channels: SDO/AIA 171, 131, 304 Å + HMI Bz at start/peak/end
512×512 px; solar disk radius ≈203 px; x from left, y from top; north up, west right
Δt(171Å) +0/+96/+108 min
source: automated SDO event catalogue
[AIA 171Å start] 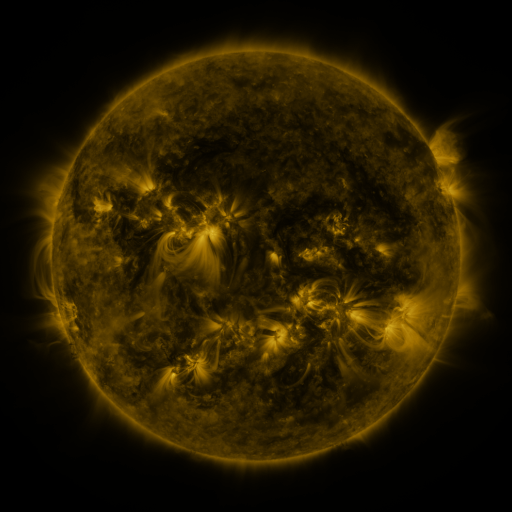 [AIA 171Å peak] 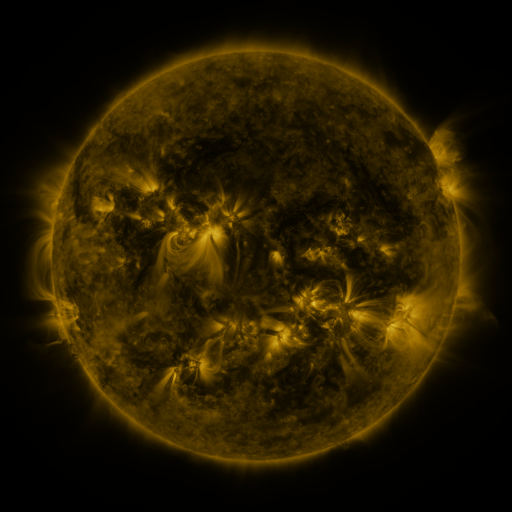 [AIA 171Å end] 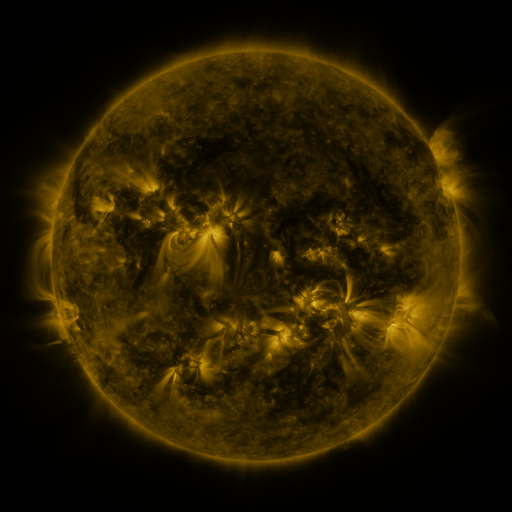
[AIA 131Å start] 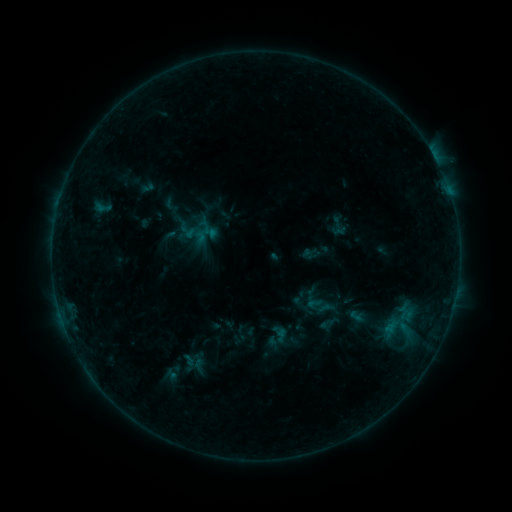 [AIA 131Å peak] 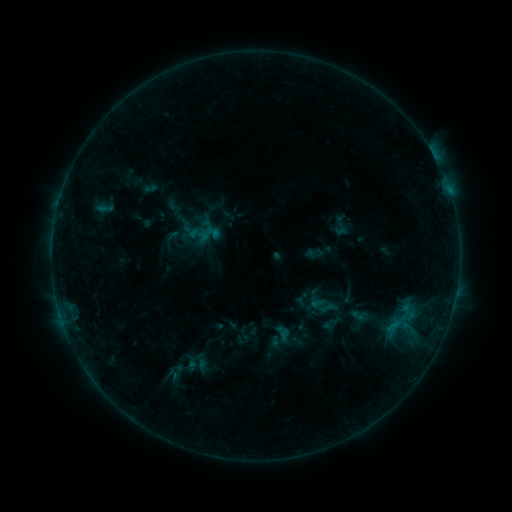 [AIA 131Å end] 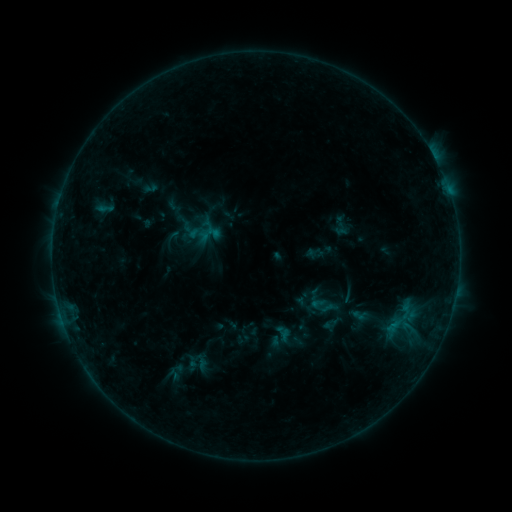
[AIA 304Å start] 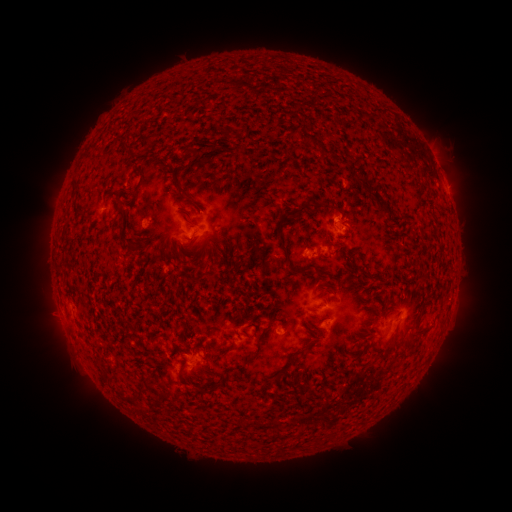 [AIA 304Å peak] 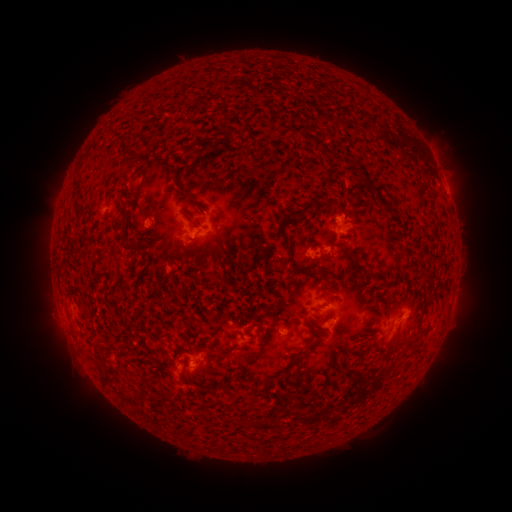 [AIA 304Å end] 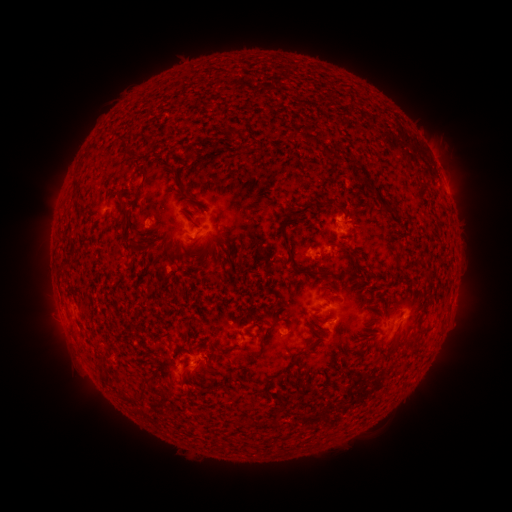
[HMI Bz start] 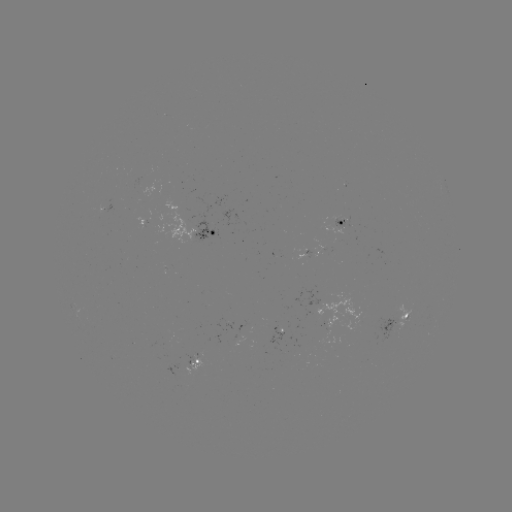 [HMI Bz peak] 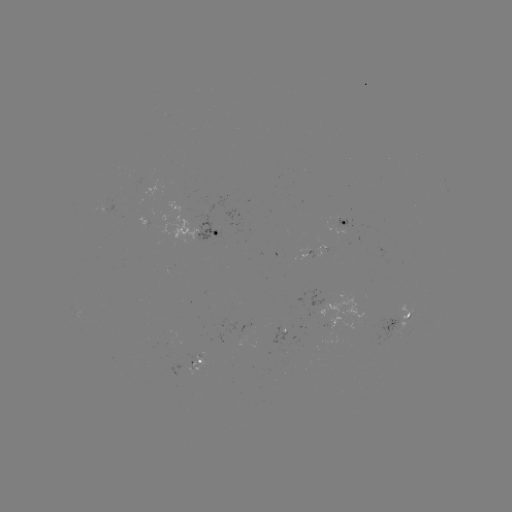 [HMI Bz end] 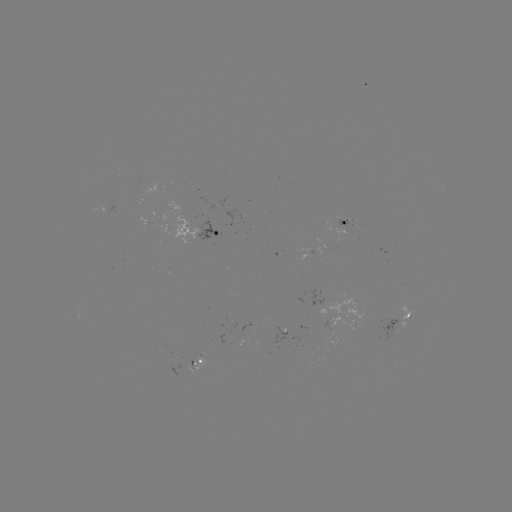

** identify emerging-flux region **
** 342,218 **